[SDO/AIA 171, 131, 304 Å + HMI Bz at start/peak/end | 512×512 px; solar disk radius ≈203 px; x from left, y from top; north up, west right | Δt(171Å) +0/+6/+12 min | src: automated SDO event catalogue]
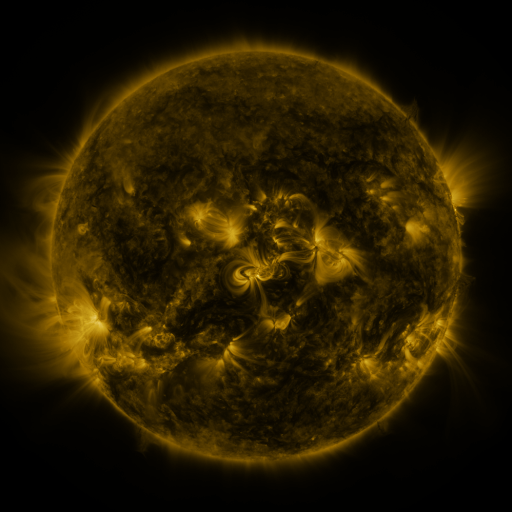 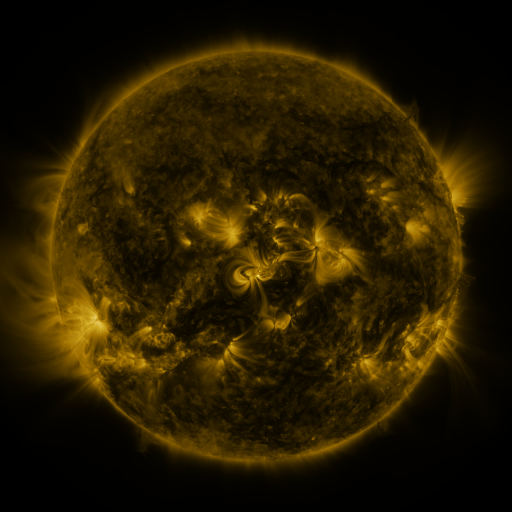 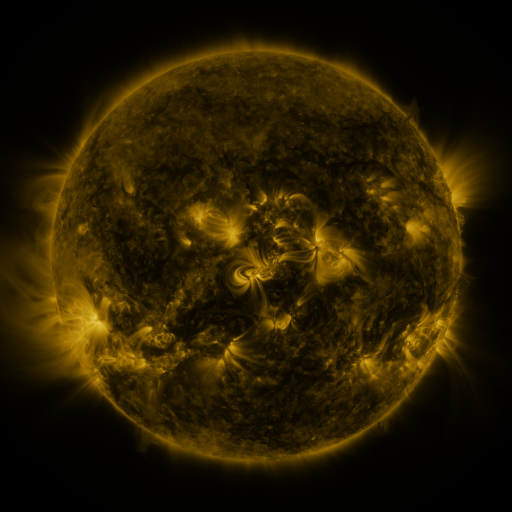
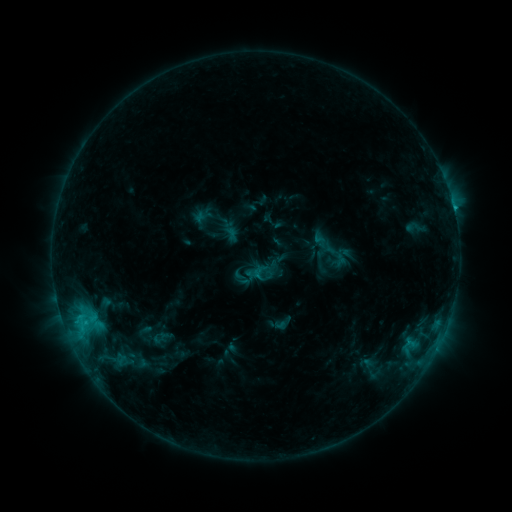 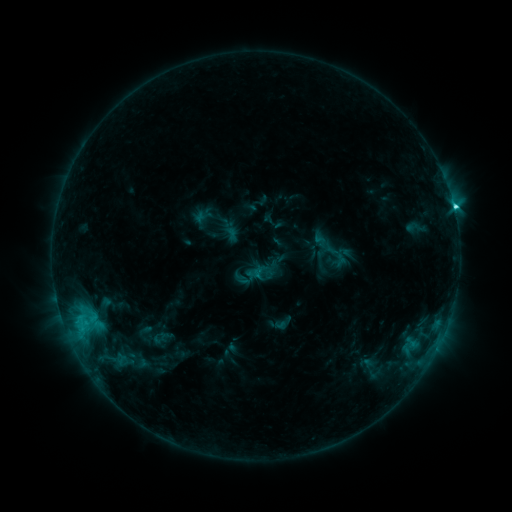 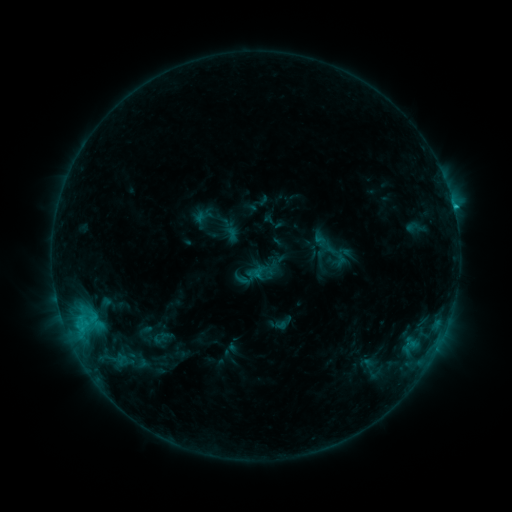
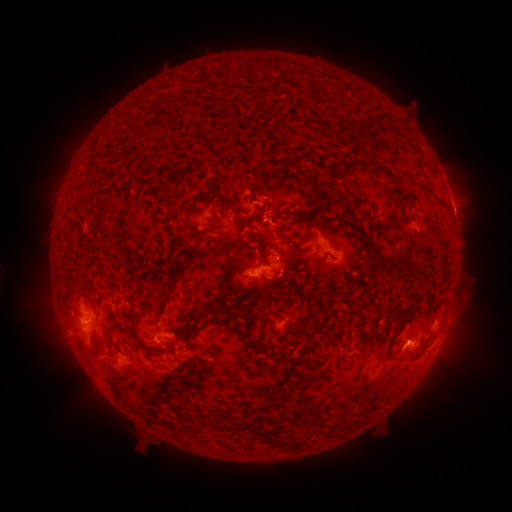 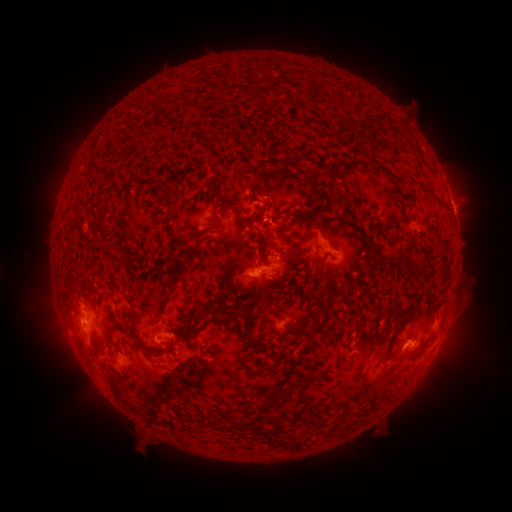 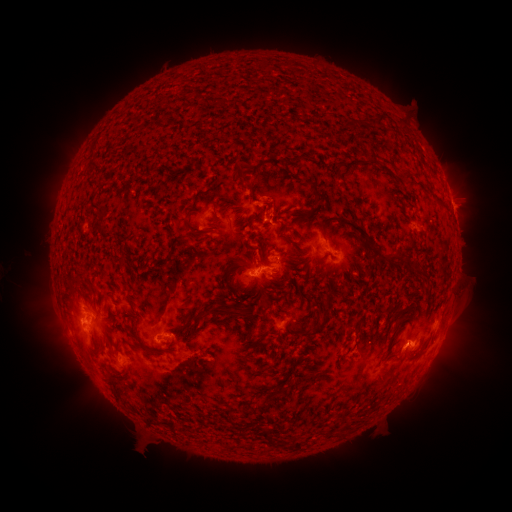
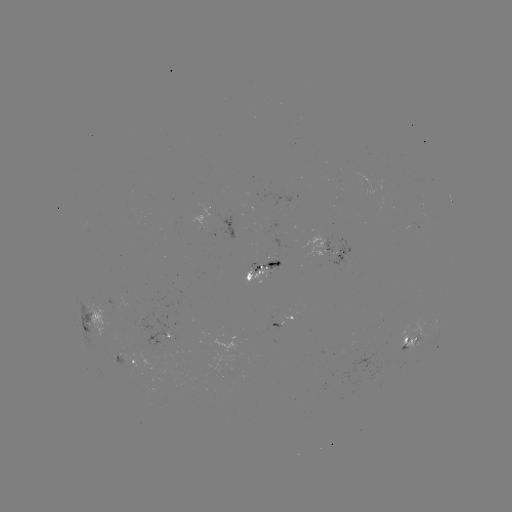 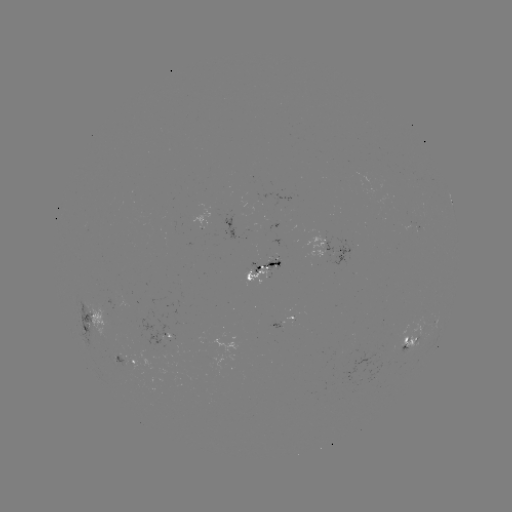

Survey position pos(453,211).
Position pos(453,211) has C2.9 flare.